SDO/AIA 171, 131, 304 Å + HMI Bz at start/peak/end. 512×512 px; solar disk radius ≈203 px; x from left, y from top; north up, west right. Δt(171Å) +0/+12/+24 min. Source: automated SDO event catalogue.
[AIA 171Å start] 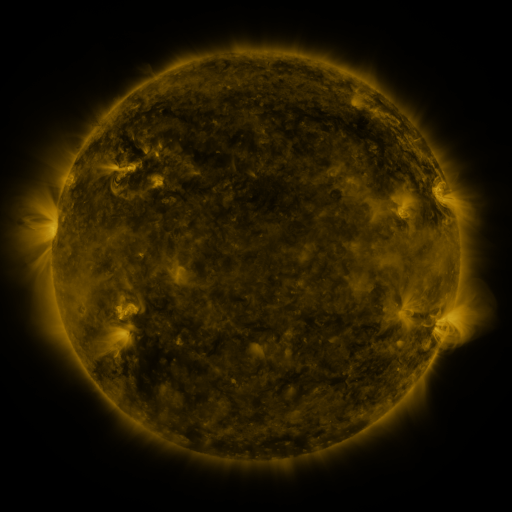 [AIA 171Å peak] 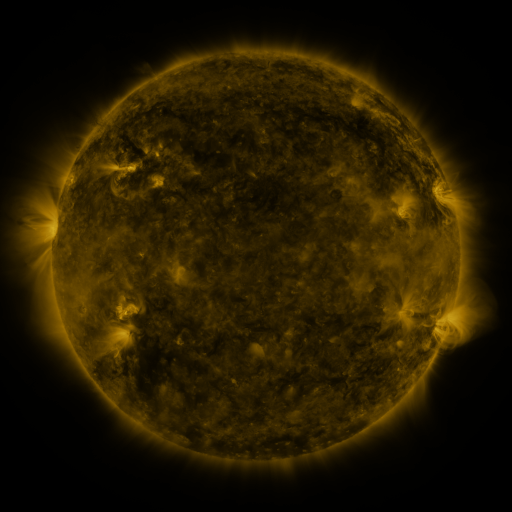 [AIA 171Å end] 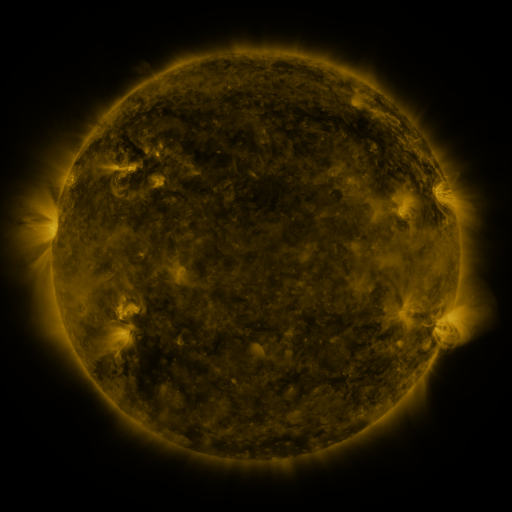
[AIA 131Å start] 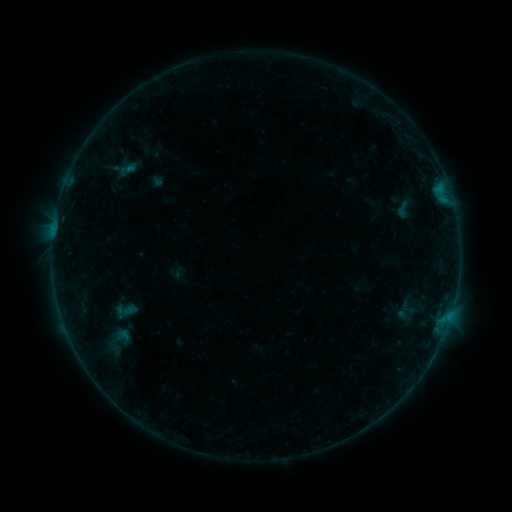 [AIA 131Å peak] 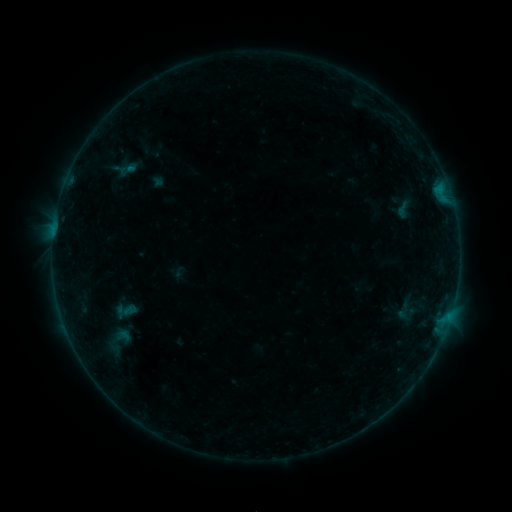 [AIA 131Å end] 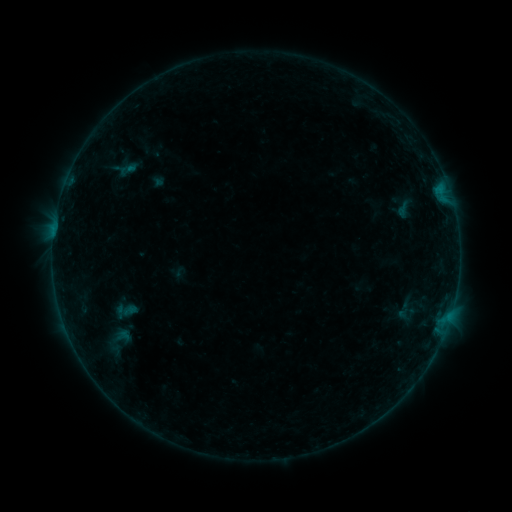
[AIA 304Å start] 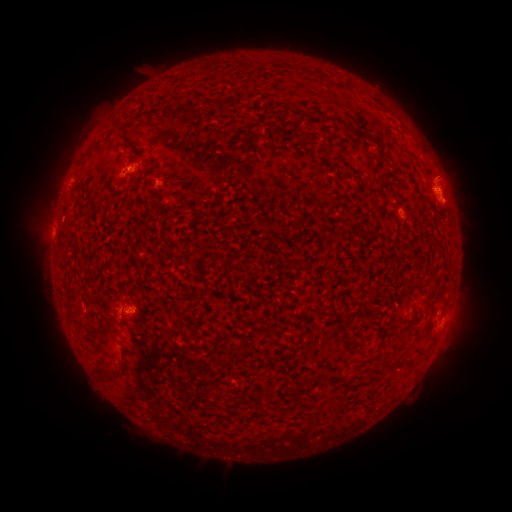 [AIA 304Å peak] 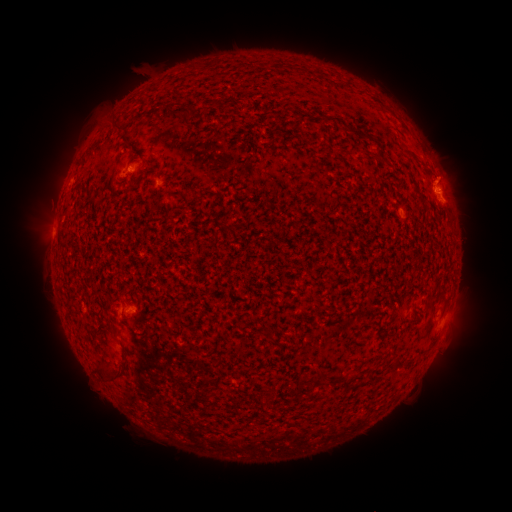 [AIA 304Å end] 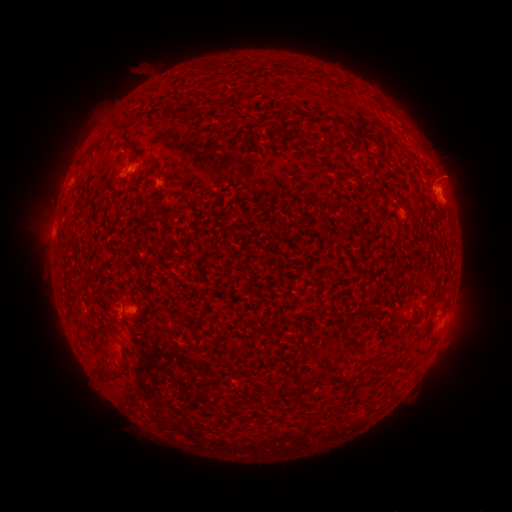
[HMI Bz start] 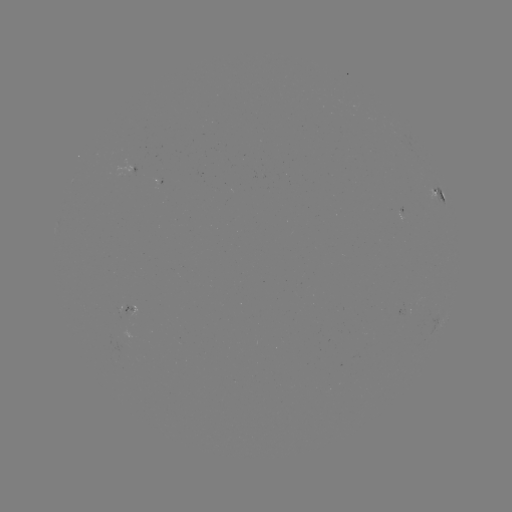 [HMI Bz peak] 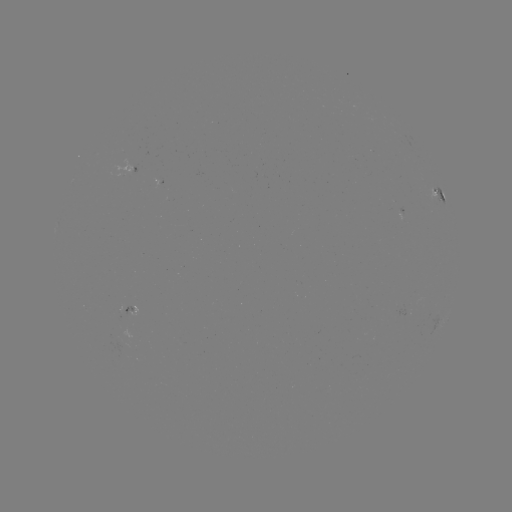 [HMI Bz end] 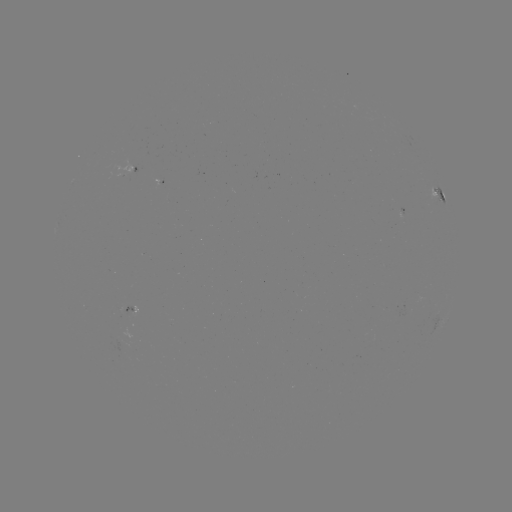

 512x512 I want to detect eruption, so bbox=[417, 140, 485, 201].